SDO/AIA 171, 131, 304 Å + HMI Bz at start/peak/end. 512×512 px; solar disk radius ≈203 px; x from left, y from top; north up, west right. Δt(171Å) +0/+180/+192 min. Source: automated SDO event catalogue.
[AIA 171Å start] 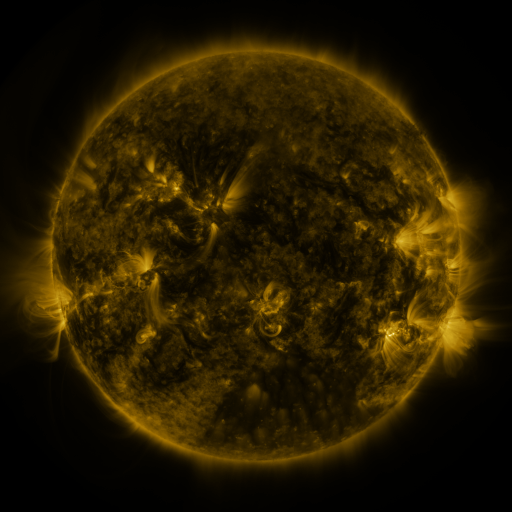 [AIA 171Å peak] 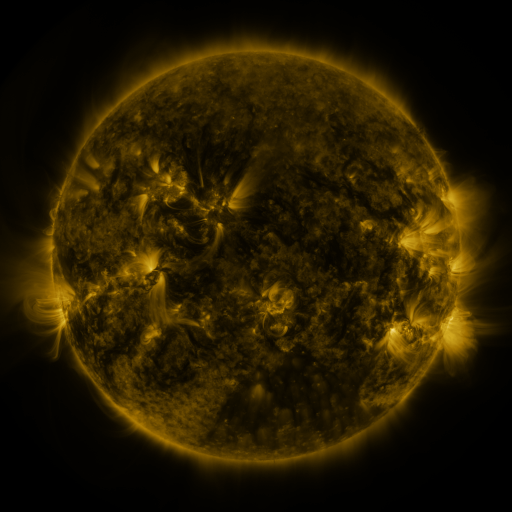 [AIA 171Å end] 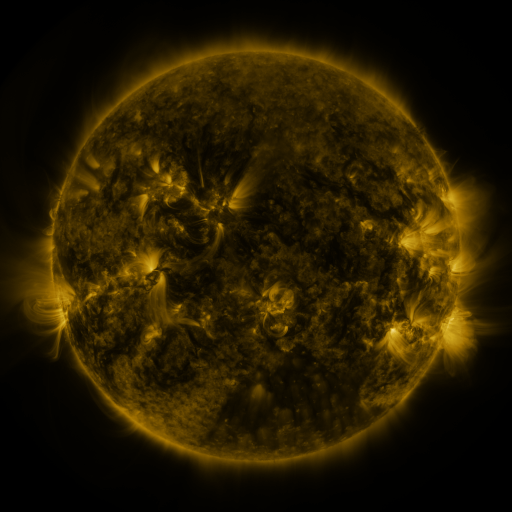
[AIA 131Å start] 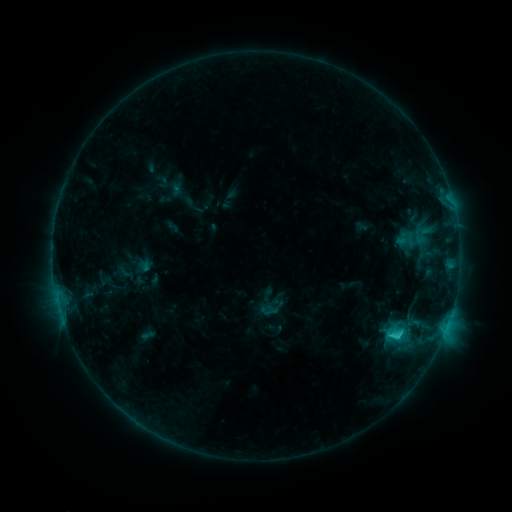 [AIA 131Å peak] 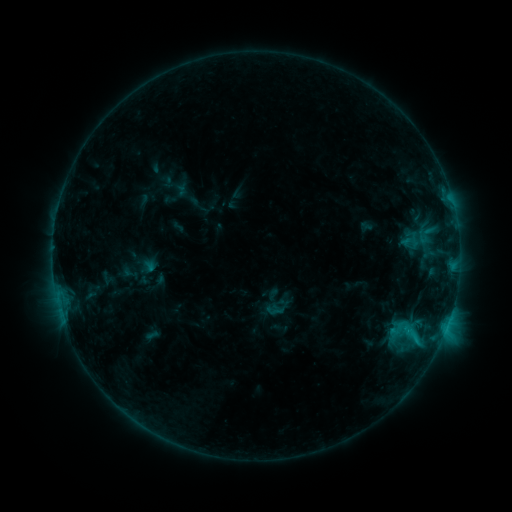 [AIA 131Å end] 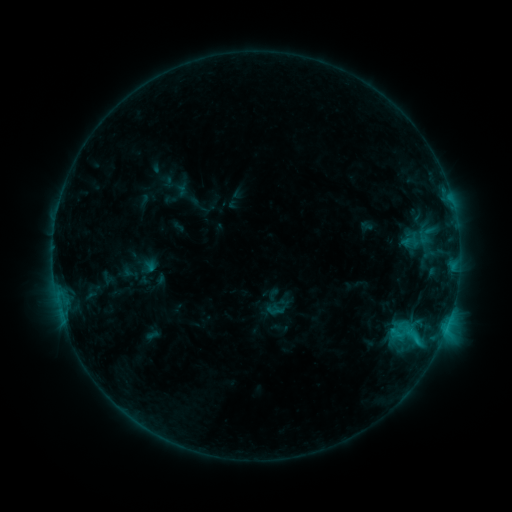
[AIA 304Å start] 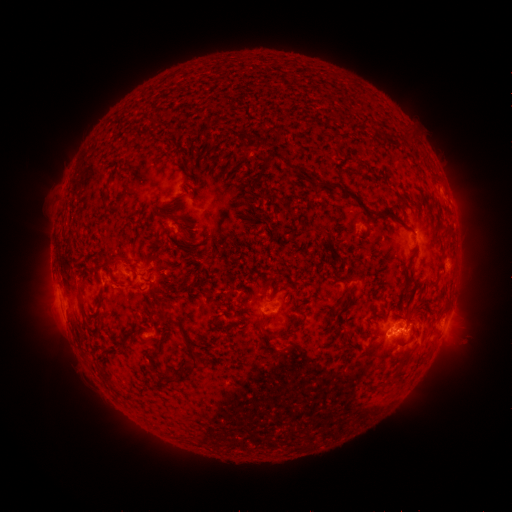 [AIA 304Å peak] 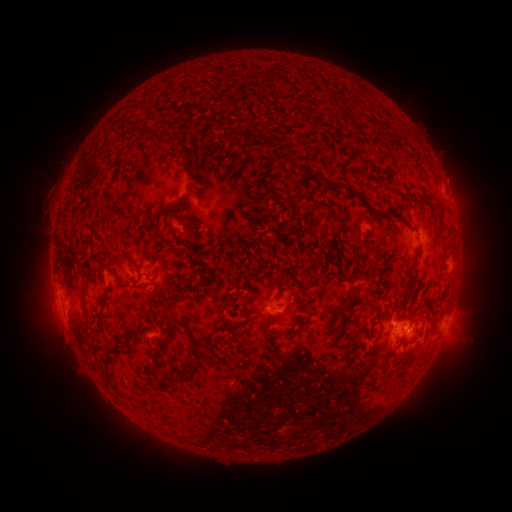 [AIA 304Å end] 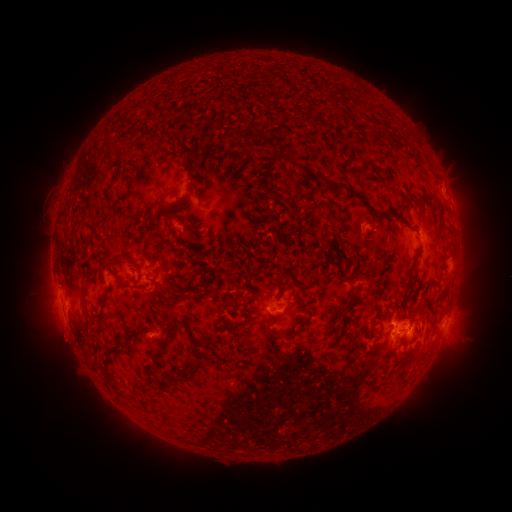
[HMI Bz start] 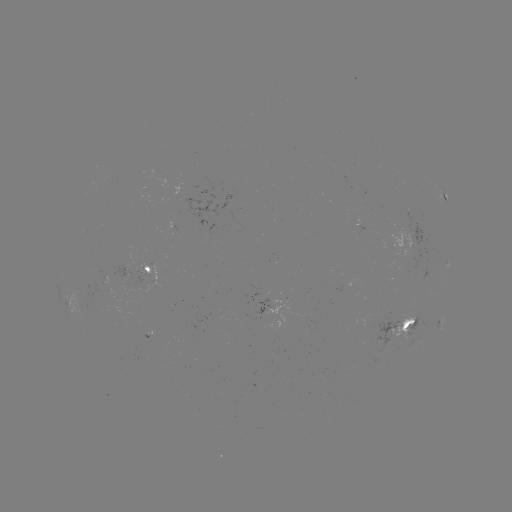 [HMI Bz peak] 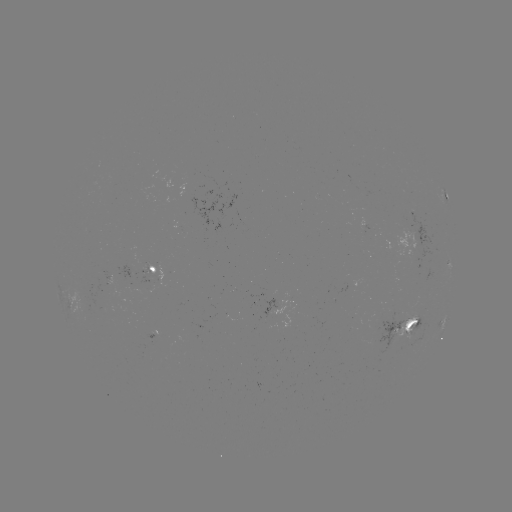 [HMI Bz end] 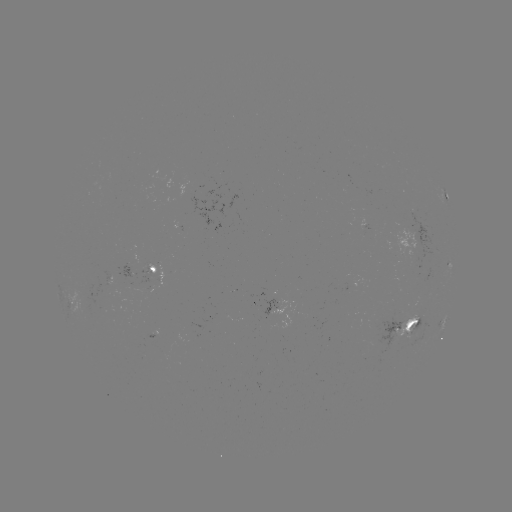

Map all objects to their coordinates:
emerging-flux region: (146, 270)
